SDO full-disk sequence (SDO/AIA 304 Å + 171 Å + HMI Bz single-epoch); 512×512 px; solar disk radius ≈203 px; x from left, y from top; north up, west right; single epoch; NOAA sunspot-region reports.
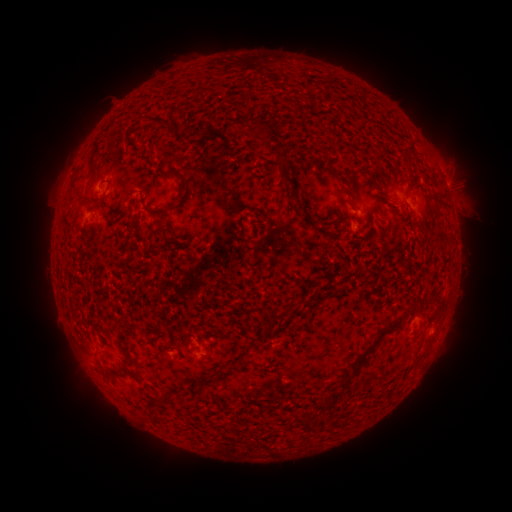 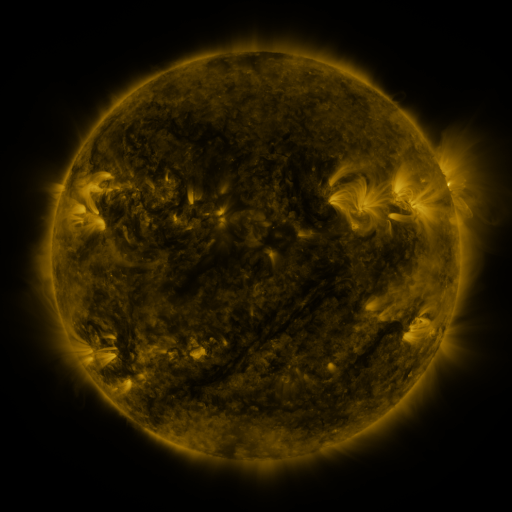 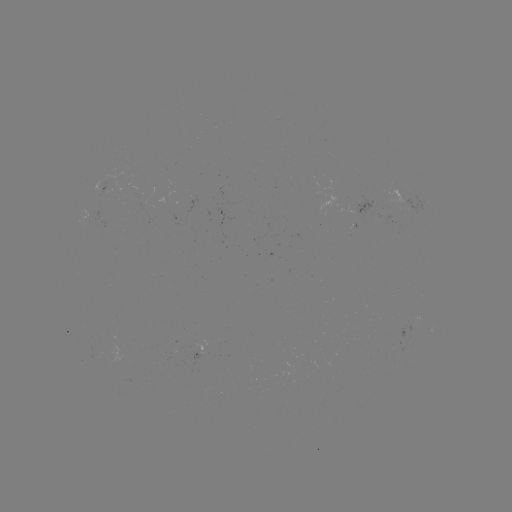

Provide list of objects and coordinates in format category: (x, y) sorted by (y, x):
spotted active region: (104, 189)
spotted active region: (401, 204)
spotted active region: (200, 352)
